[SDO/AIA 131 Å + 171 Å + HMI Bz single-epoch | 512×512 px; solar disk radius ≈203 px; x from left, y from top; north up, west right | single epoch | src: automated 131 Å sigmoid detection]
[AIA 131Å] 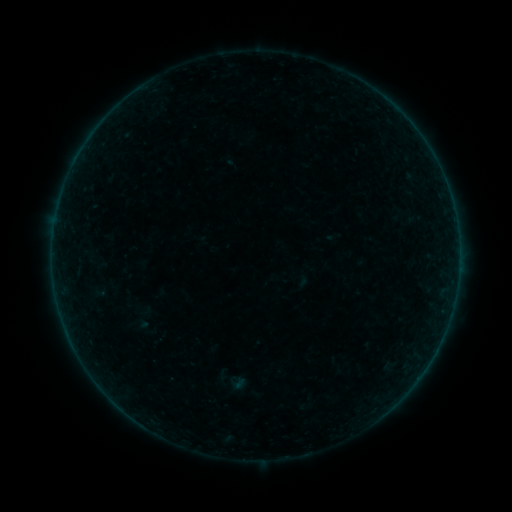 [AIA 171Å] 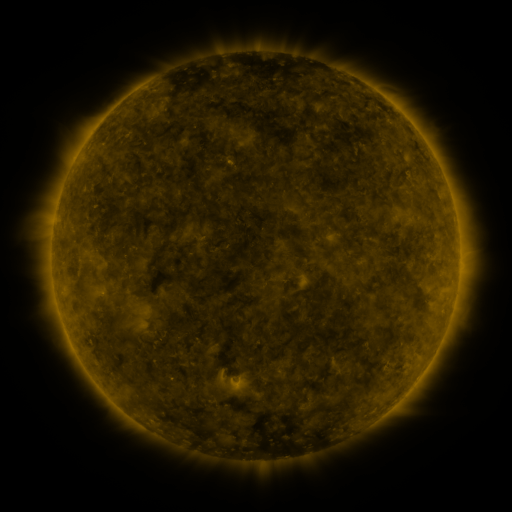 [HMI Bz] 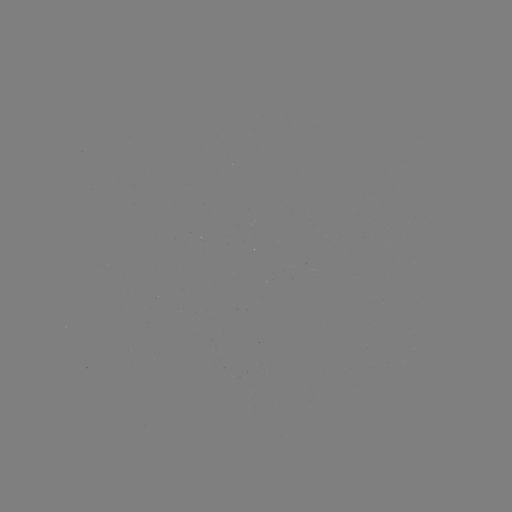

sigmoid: [225, 373, 247, 392]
